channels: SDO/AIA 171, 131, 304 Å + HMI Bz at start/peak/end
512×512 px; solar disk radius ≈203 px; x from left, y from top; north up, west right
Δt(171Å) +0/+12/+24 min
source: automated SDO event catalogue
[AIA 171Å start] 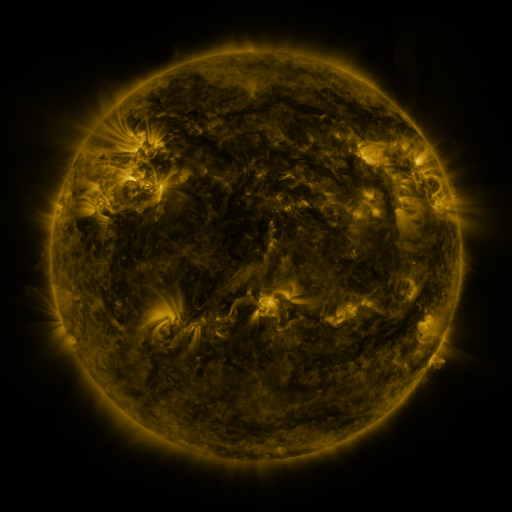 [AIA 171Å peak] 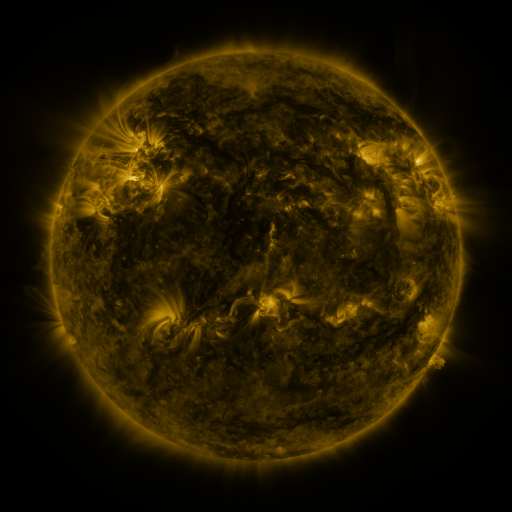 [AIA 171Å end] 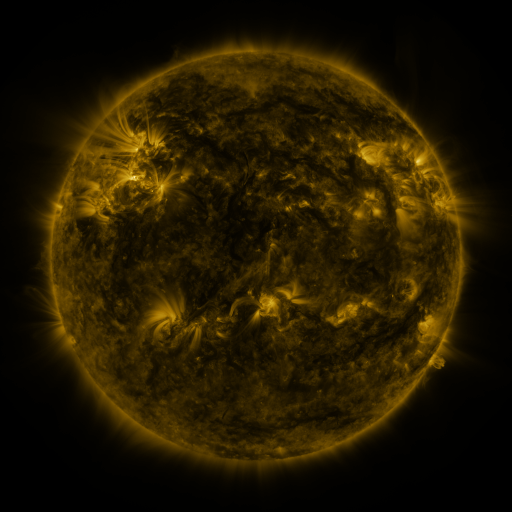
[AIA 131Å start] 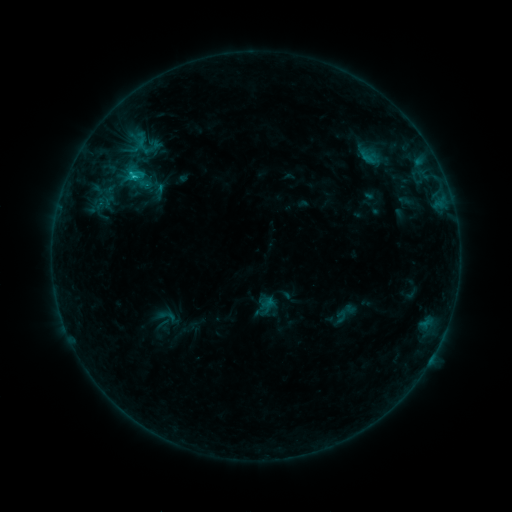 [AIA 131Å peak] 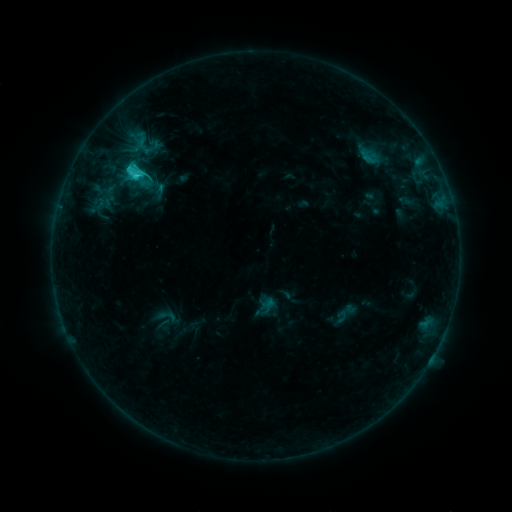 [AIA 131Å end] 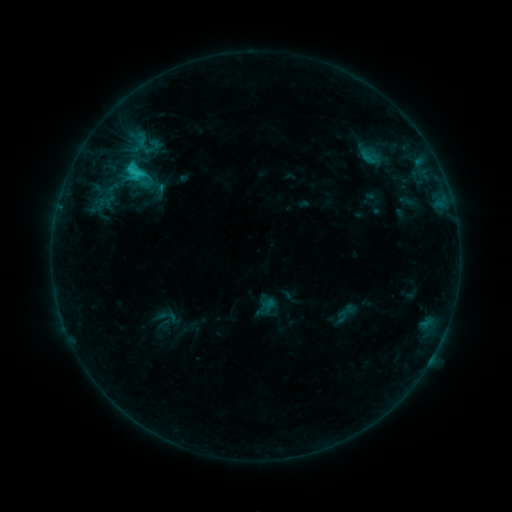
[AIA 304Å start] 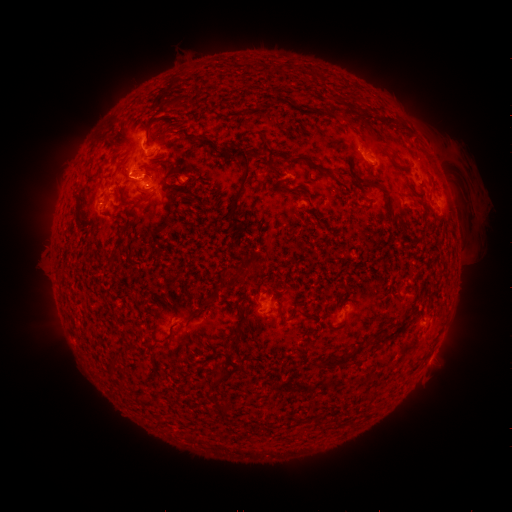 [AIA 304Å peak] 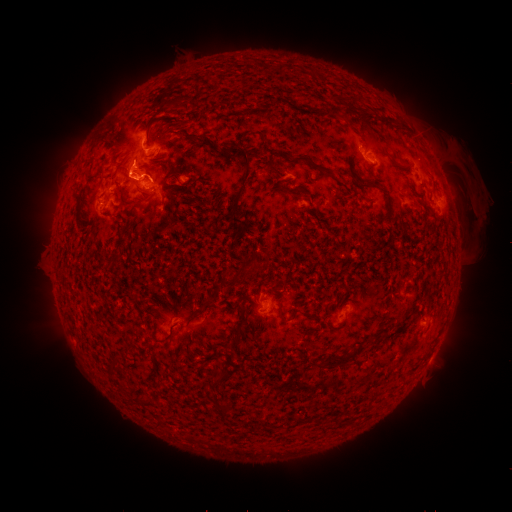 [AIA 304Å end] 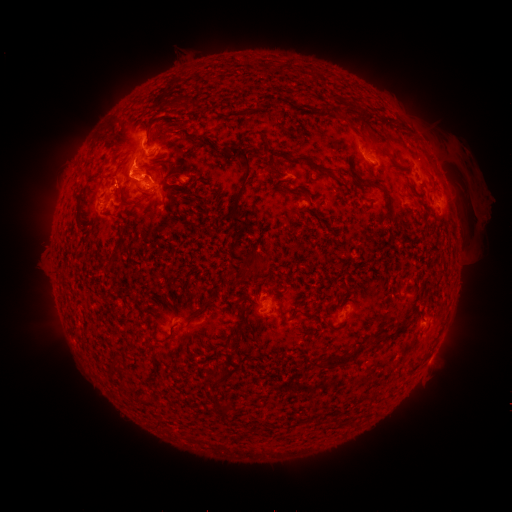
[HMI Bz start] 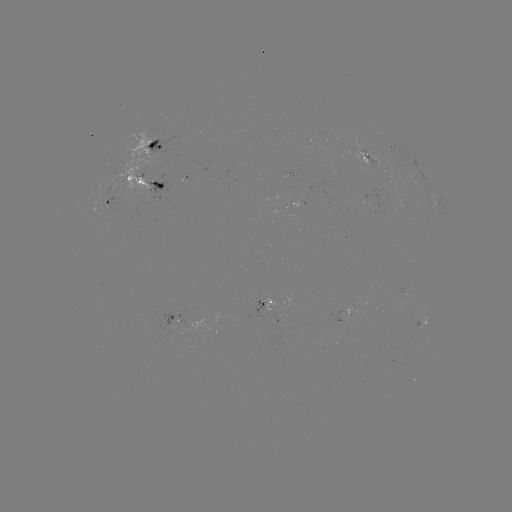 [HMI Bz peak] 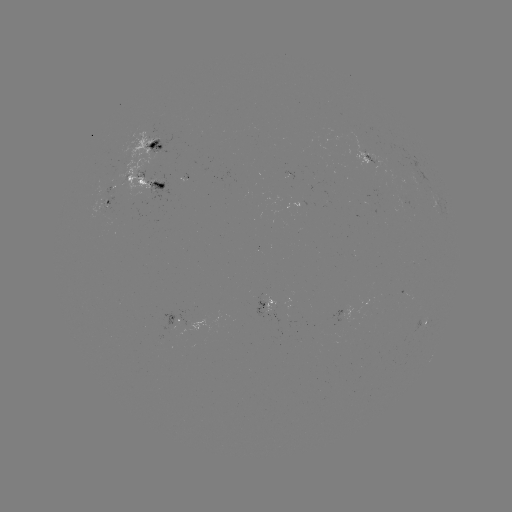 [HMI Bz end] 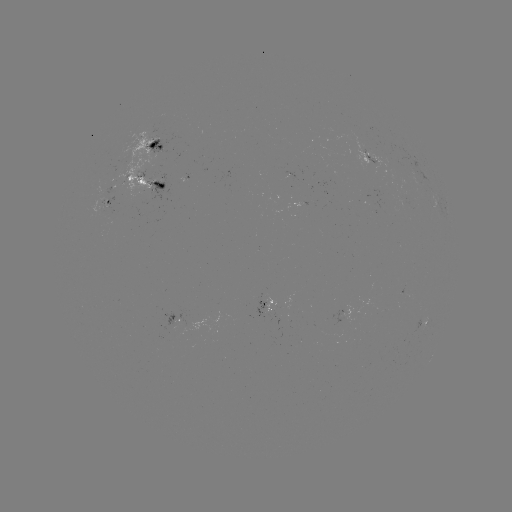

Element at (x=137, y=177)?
C2.4 flare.